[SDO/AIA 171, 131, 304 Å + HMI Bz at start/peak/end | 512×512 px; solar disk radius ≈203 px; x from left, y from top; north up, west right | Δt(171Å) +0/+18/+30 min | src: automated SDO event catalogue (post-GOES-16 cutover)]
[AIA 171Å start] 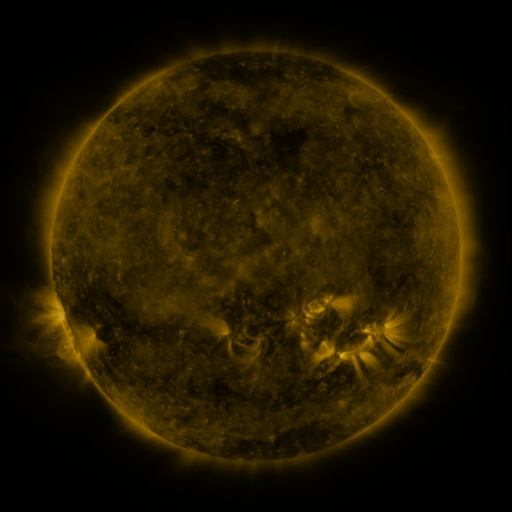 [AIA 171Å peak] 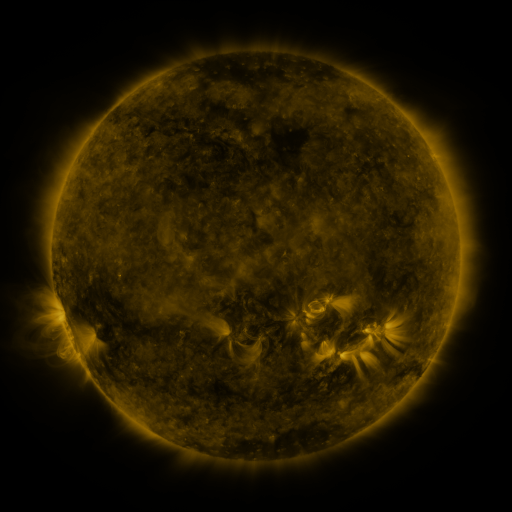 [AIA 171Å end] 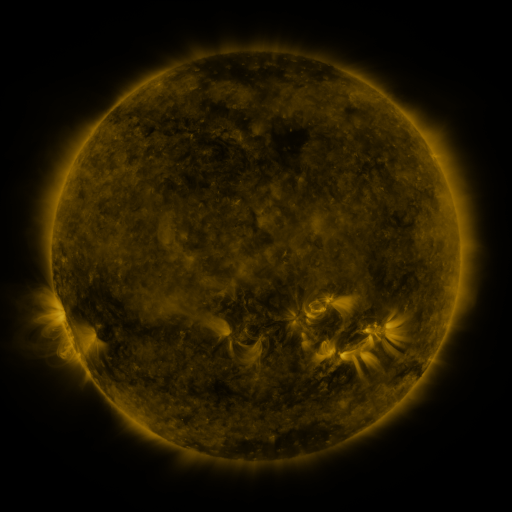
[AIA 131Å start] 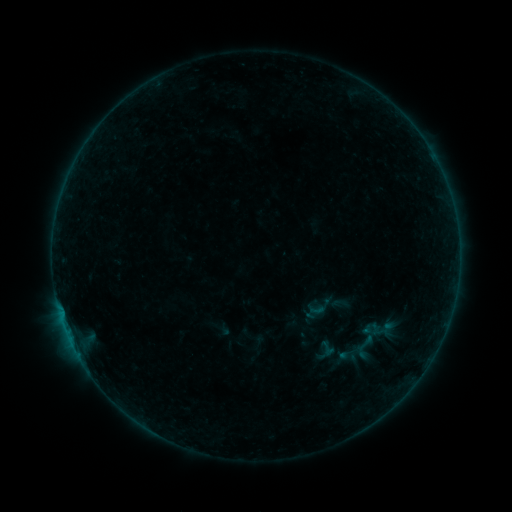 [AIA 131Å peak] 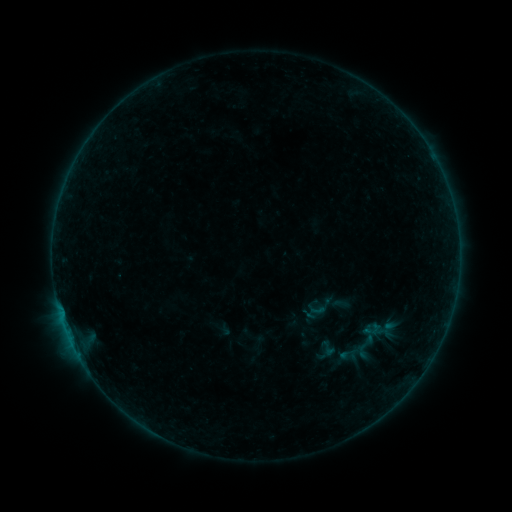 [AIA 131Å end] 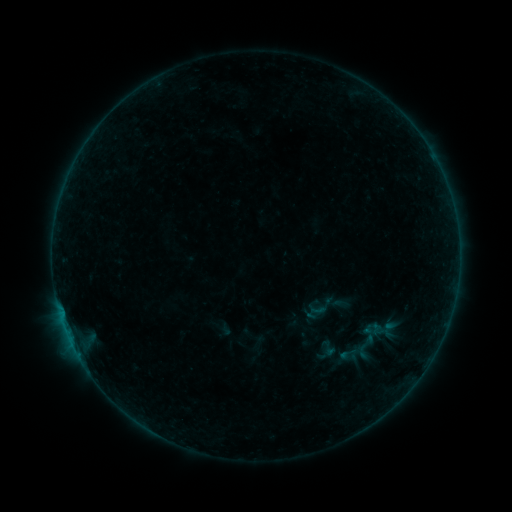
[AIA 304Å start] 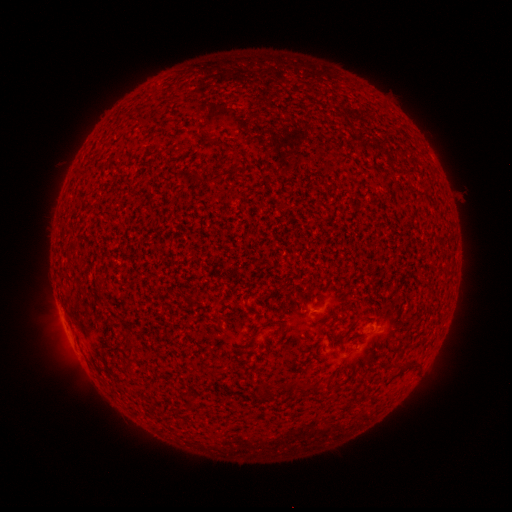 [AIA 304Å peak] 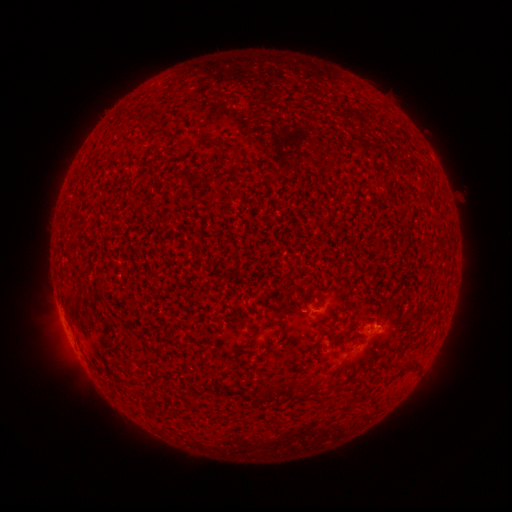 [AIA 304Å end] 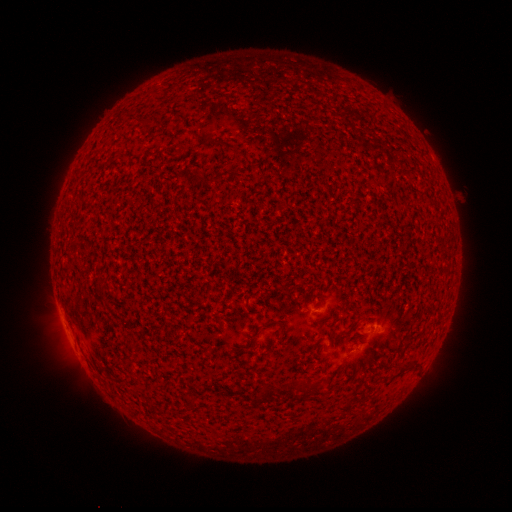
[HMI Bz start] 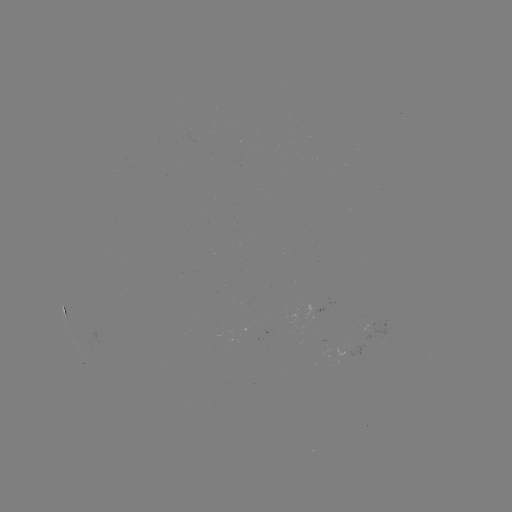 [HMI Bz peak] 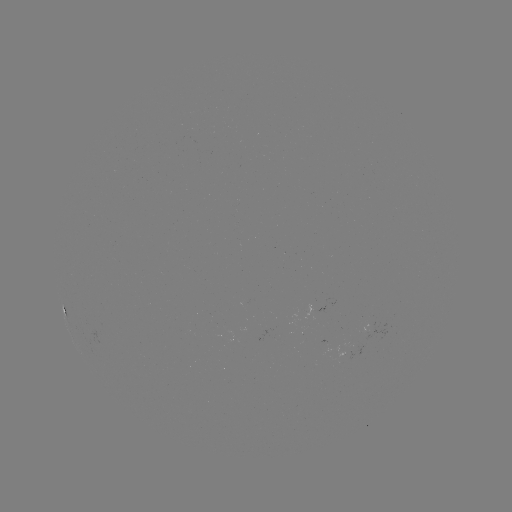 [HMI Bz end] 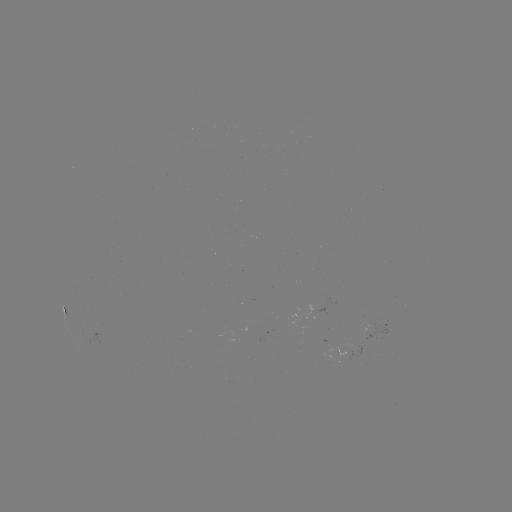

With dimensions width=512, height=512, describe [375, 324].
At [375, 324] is A9.7 flare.